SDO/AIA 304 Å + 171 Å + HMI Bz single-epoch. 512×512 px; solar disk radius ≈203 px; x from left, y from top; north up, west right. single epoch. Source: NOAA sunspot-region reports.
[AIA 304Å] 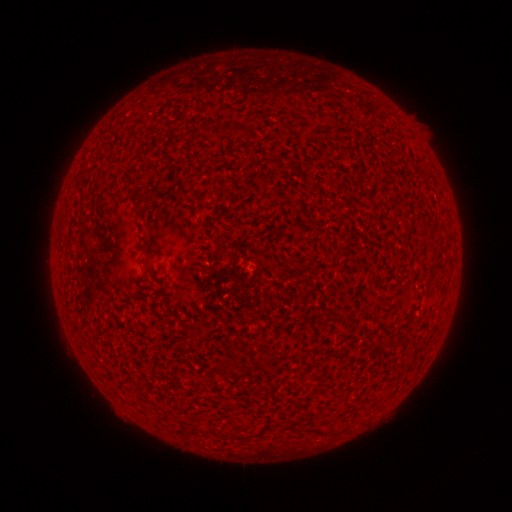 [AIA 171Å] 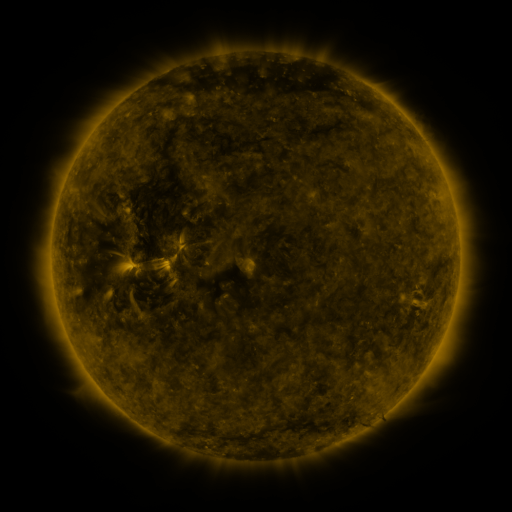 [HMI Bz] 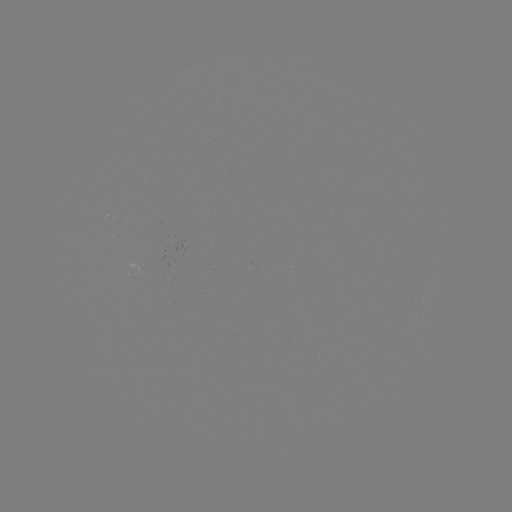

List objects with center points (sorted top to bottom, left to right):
(none)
